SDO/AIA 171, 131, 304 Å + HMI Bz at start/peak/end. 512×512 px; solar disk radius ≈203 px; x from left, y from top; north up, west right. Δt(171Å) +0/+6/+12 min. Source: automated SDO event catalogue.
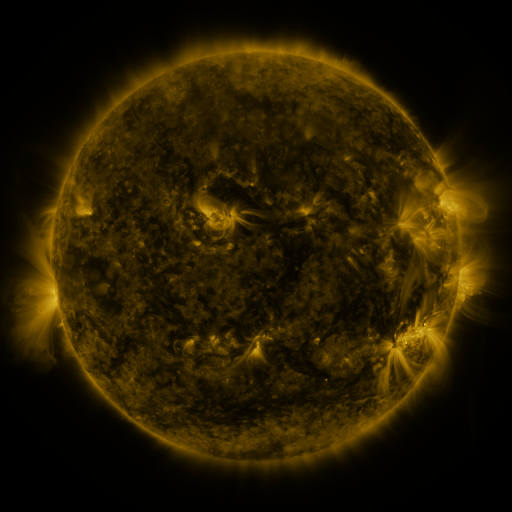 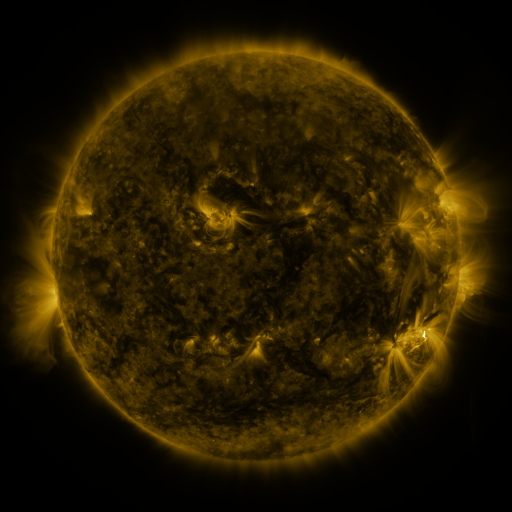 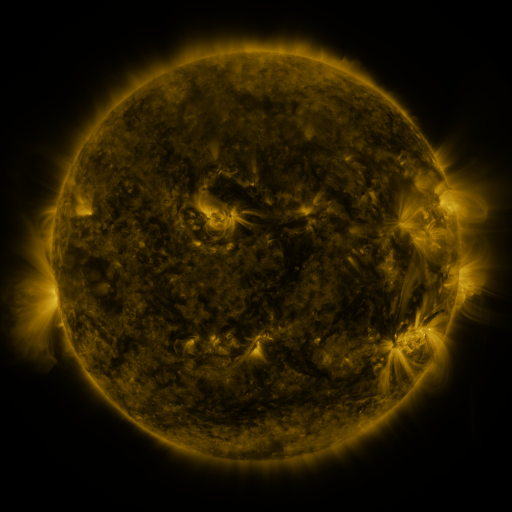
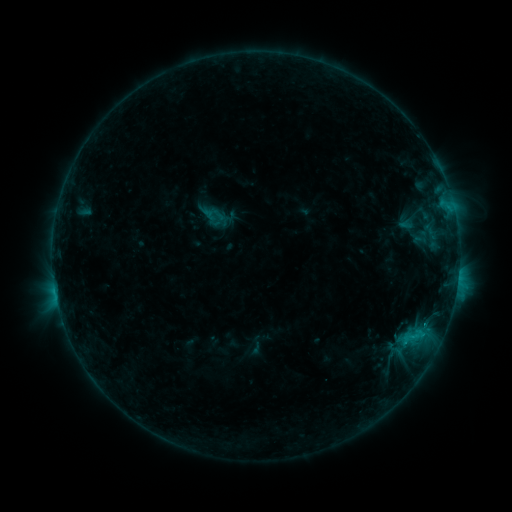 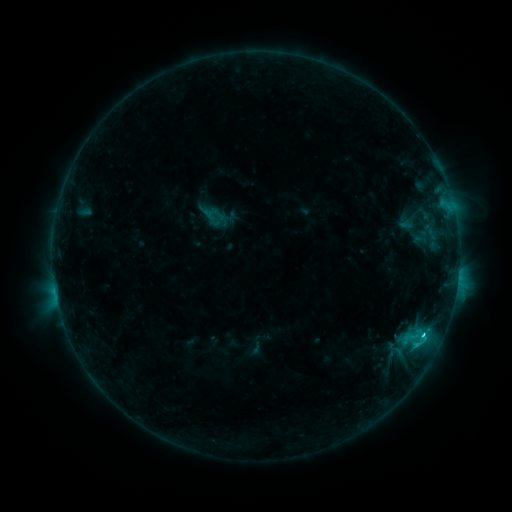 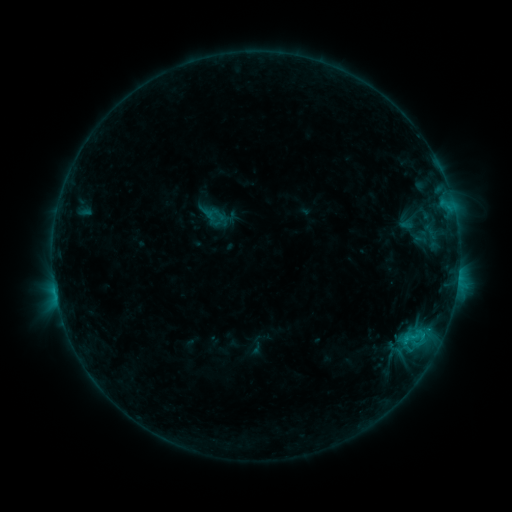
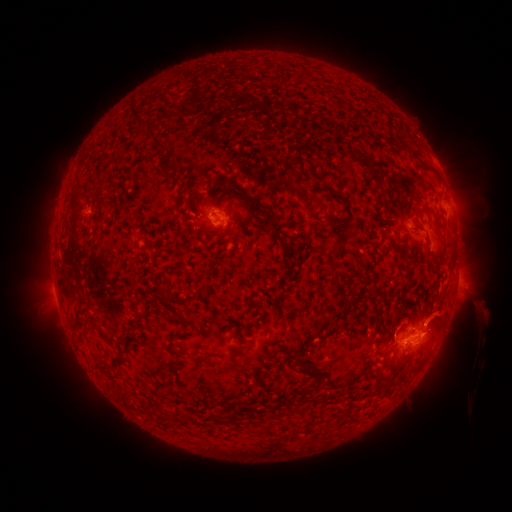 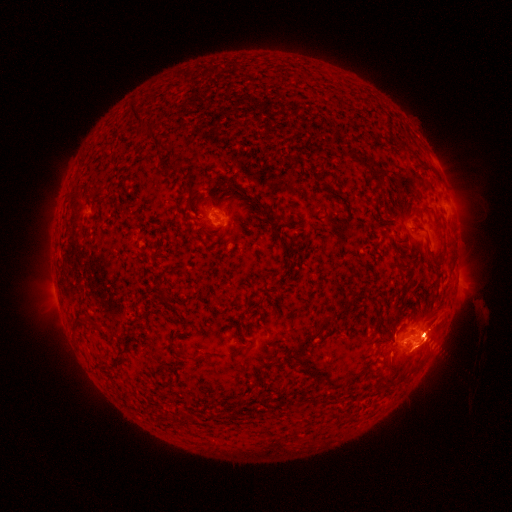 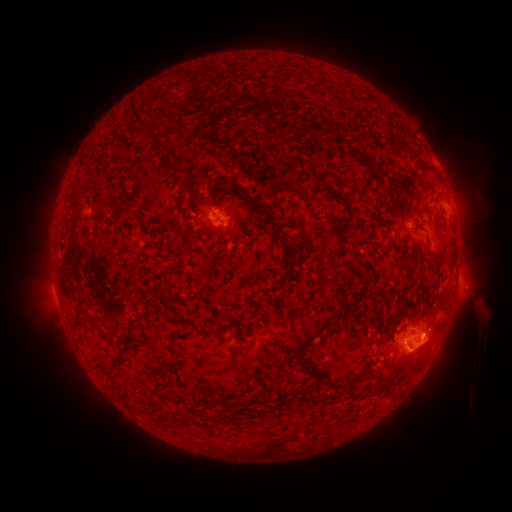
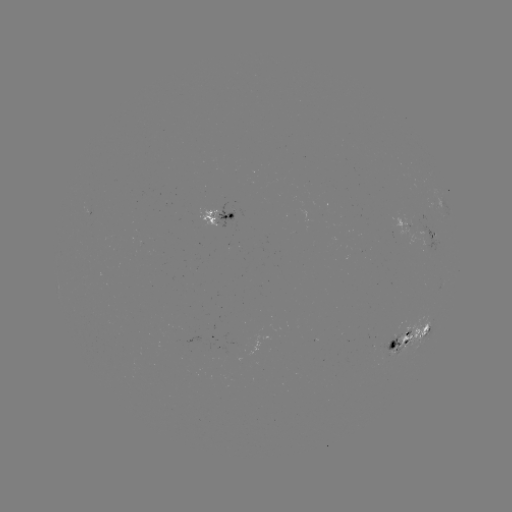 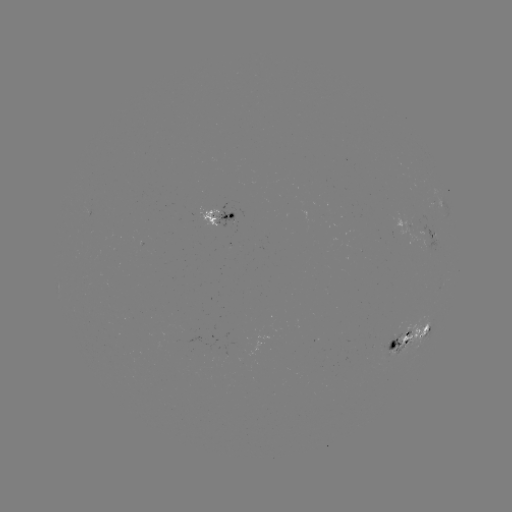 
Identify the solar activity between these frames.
C2.4 flare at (424, 332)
